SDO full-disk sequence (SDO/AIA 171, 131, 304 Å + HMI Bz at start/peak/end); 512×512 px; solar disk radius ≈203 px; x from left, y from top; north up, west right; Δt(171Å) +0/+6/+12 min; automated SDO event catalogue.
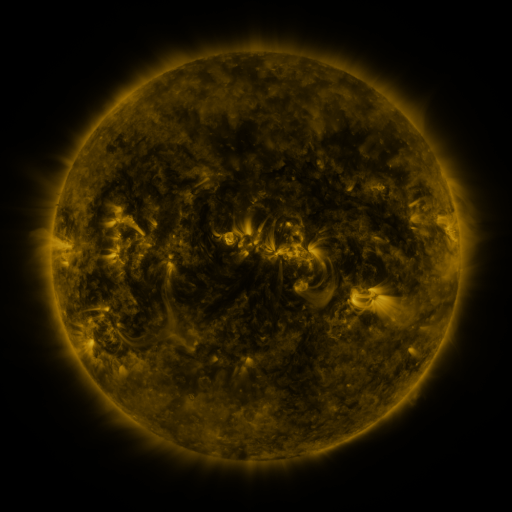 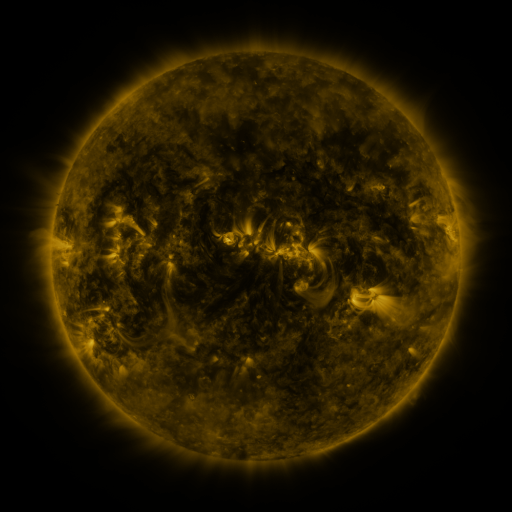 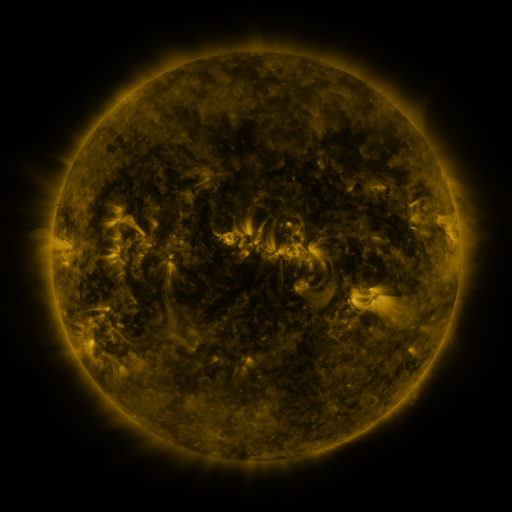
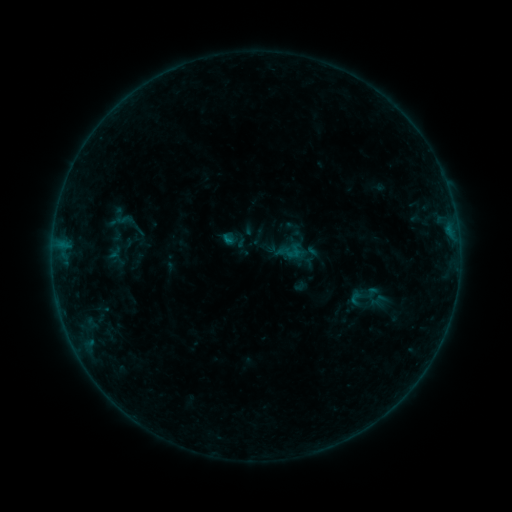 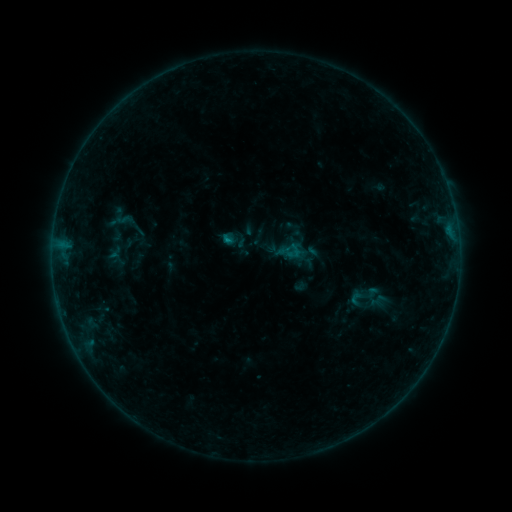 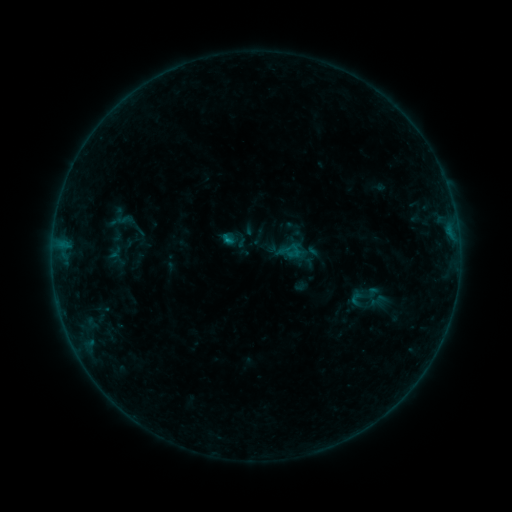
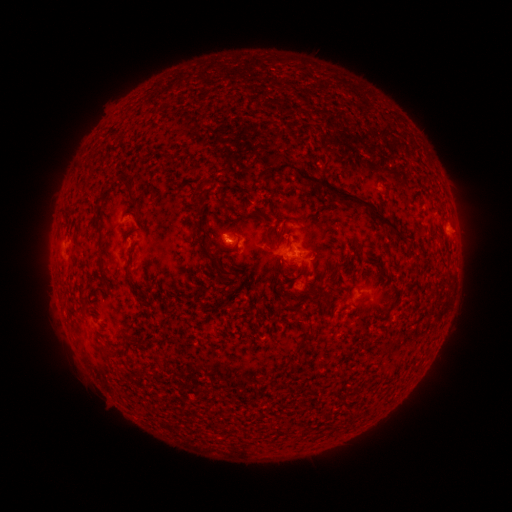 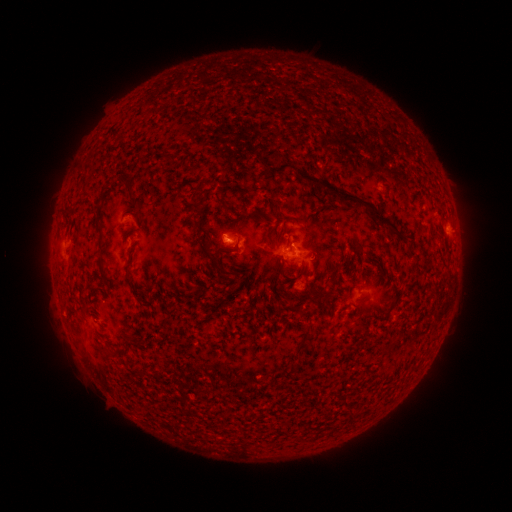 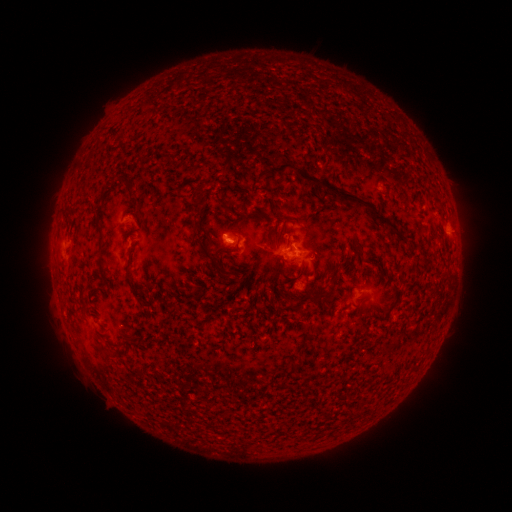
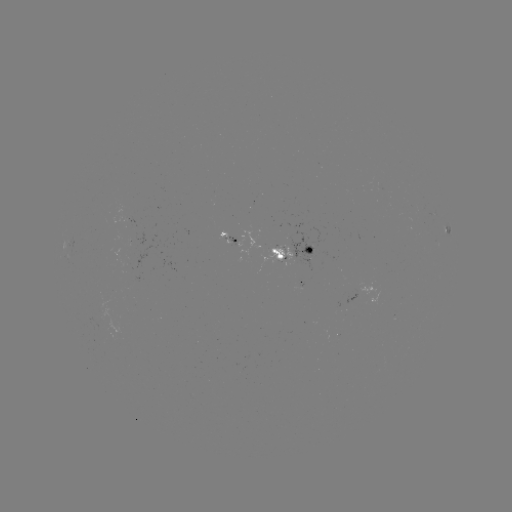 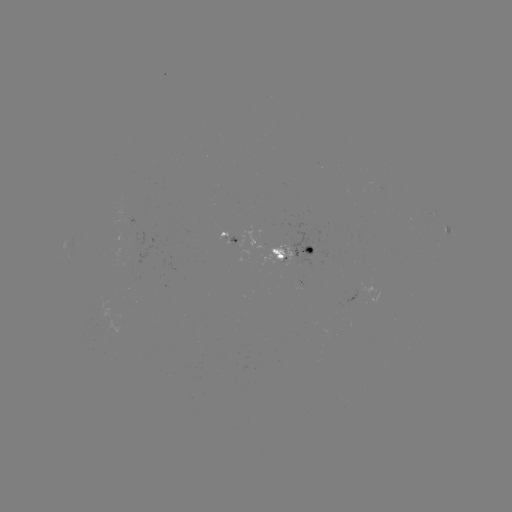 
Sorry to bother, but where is B3.0 flare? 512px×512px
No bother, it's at (228, 242).